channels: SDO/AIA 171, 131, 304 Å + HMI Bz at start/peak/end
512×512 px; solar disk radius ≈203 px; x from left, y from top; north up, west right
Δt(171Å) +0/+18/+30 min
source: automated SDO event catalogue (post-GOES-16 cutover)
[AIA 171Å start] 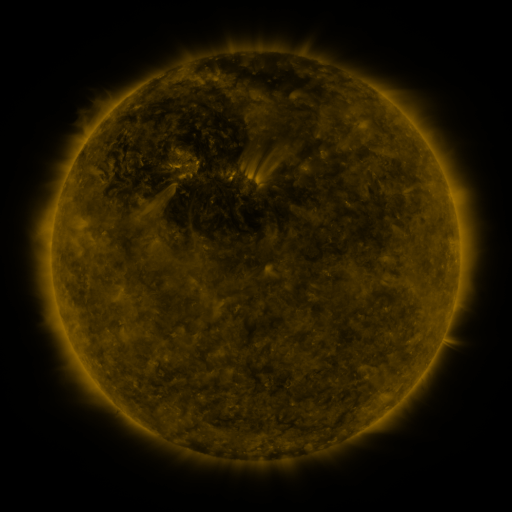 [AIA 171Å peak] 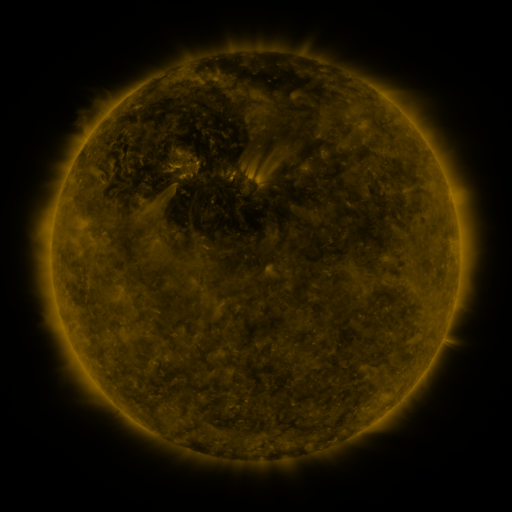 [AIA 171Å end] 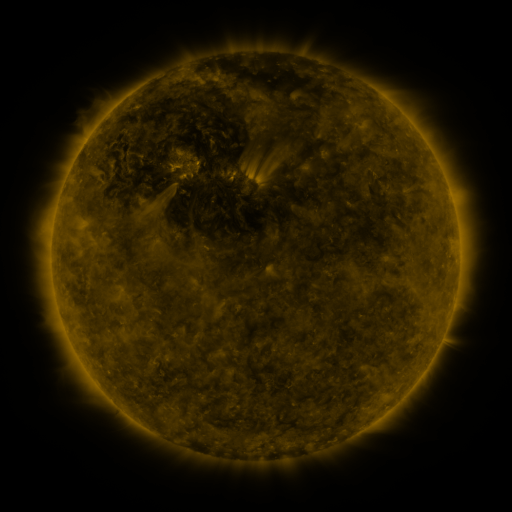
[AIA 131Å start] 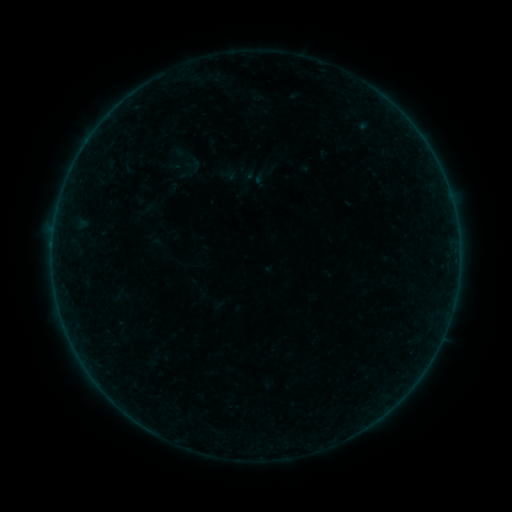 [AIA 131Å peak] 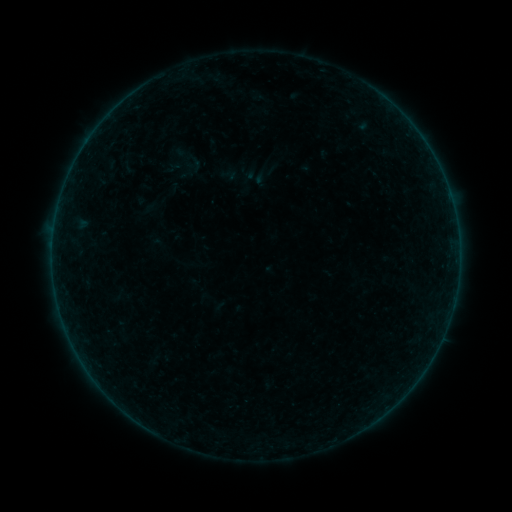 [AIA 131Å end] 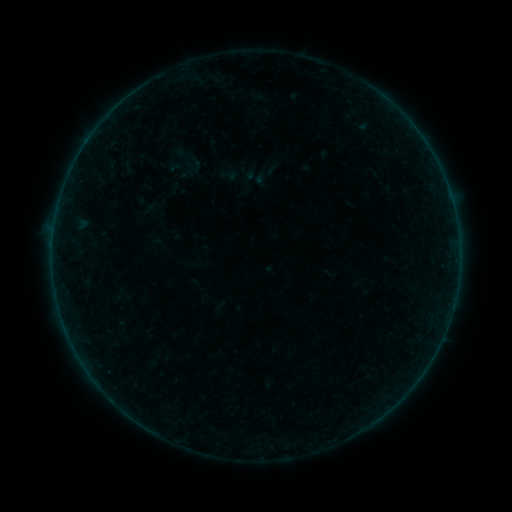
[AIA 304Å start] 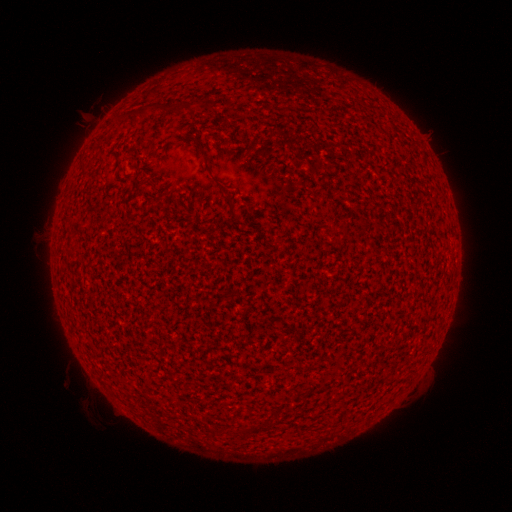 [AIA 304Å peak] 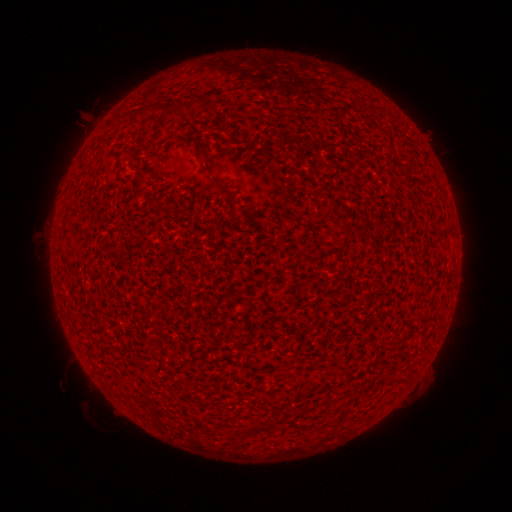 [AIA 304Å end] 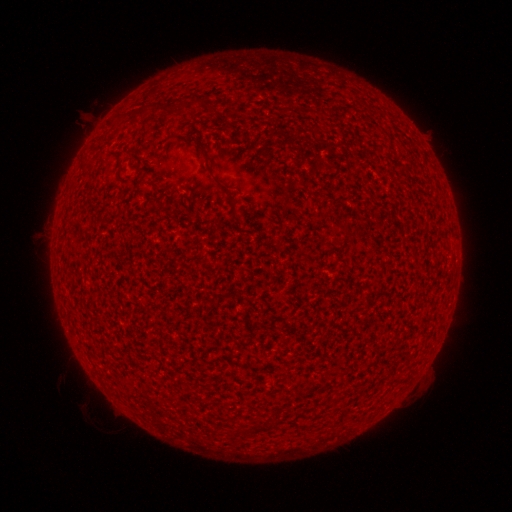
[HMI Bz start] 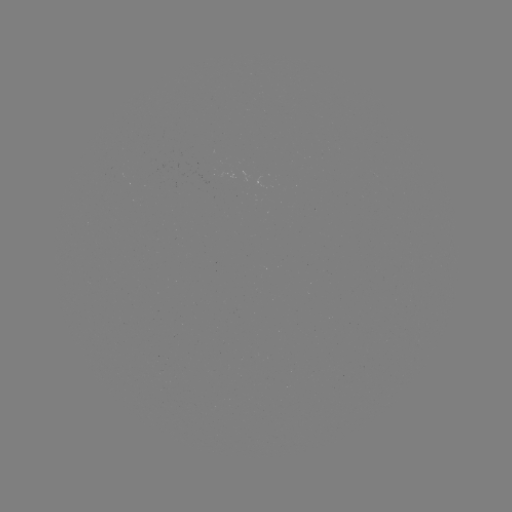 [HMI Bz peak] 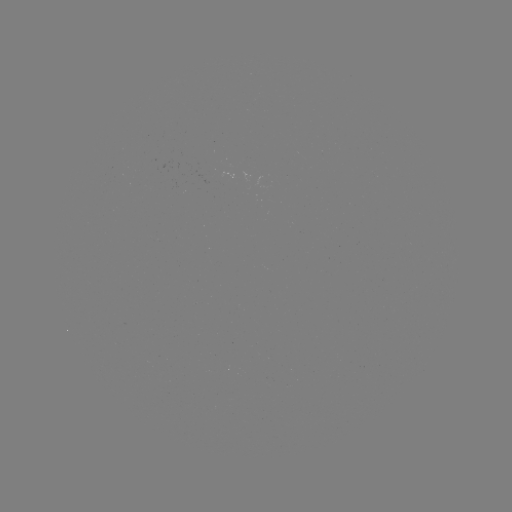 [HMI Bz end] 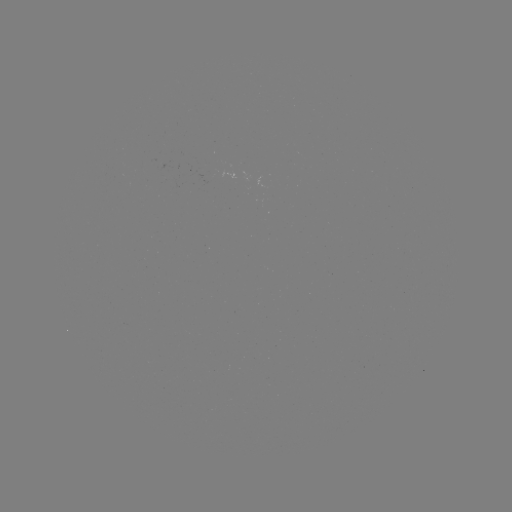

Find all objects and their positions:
A1.3 flare: (171, 170)
